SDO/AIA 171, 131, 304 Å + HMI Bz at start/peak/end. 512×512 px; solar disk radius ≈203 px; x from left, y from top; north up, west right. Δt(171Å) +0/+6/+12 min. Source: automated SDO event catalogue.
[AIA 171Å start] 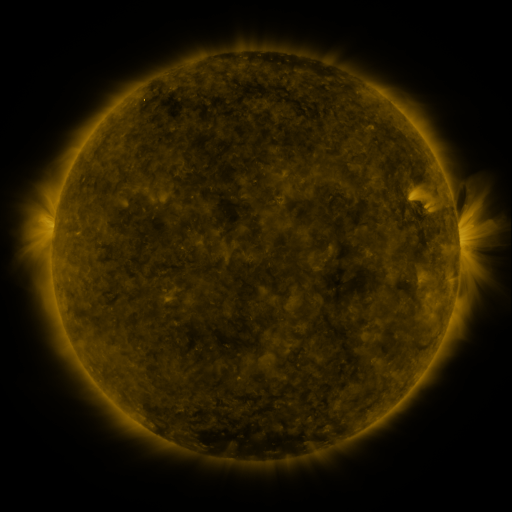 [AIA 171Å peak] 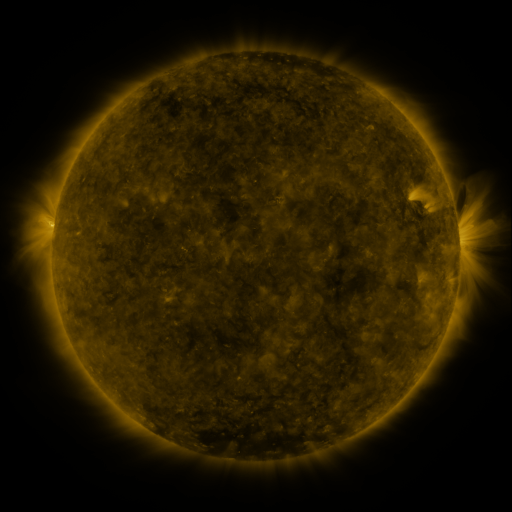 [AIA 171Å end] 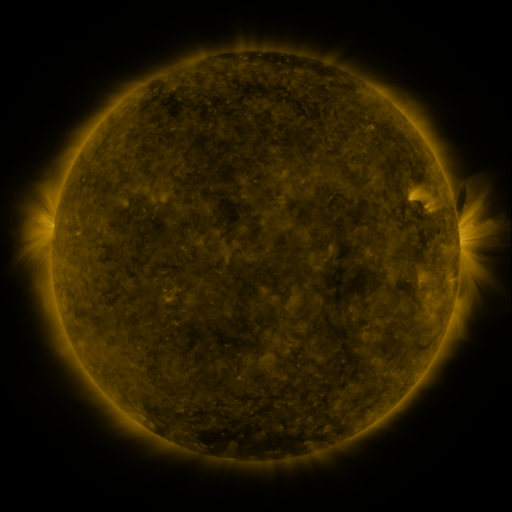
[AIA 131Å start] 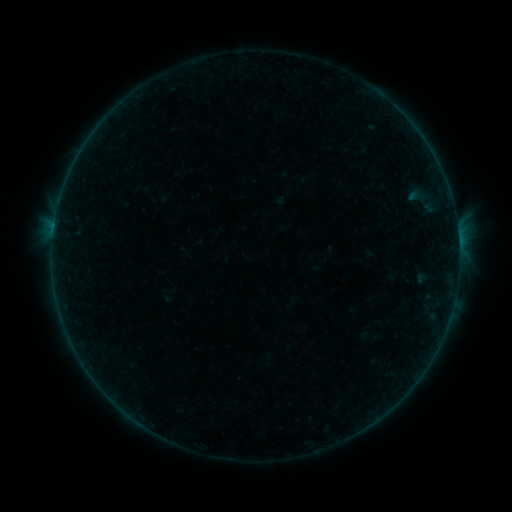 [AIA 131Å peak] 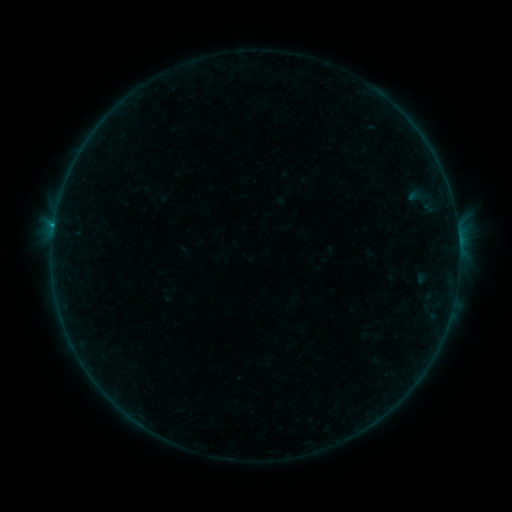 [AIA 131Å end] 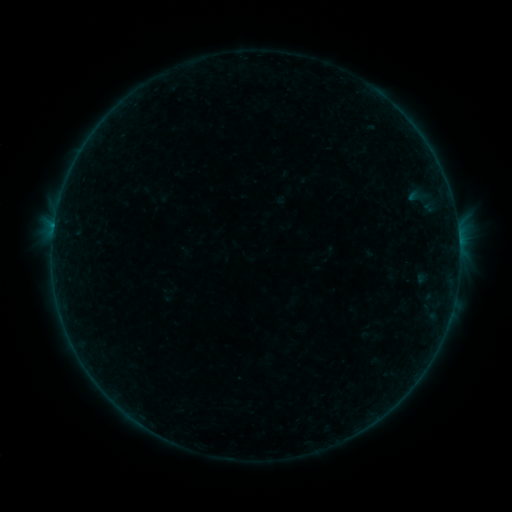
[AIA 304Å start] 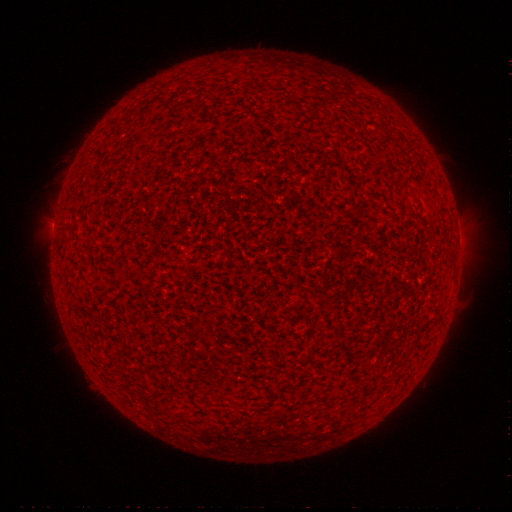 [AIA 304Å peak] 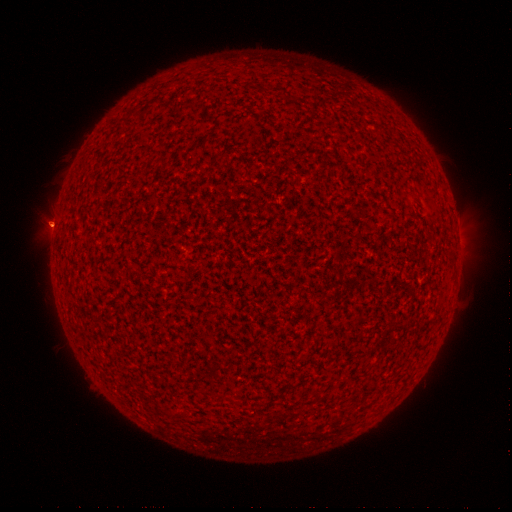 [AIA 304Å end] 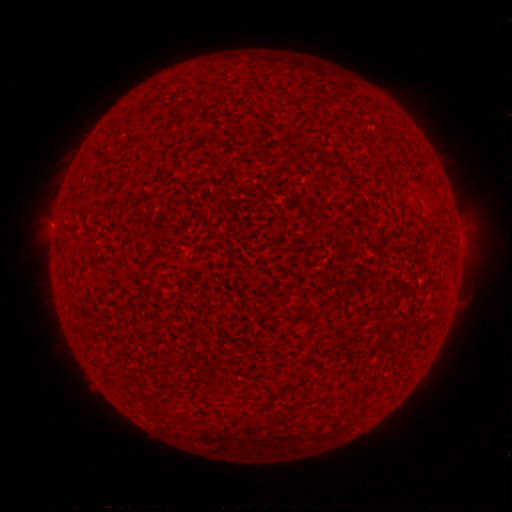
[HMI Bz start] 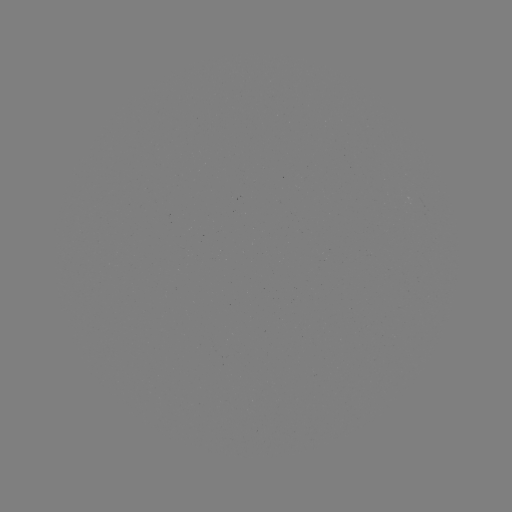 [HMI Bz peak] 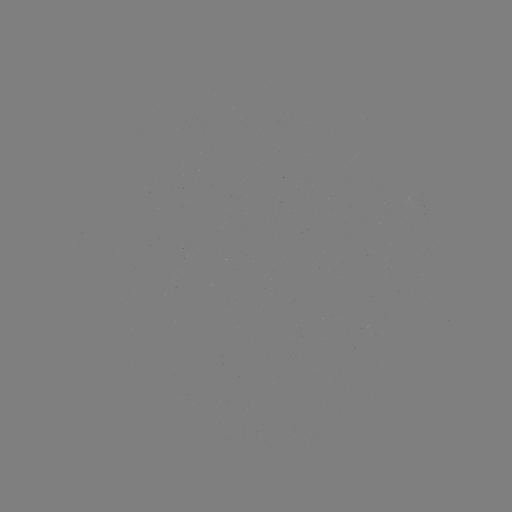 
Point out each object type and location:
B1.2 flare: (54, 227)
